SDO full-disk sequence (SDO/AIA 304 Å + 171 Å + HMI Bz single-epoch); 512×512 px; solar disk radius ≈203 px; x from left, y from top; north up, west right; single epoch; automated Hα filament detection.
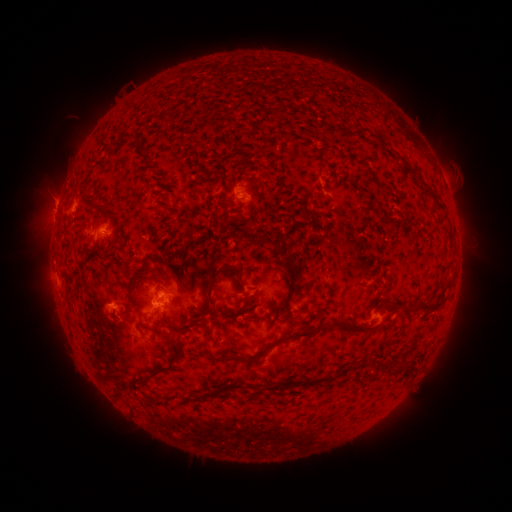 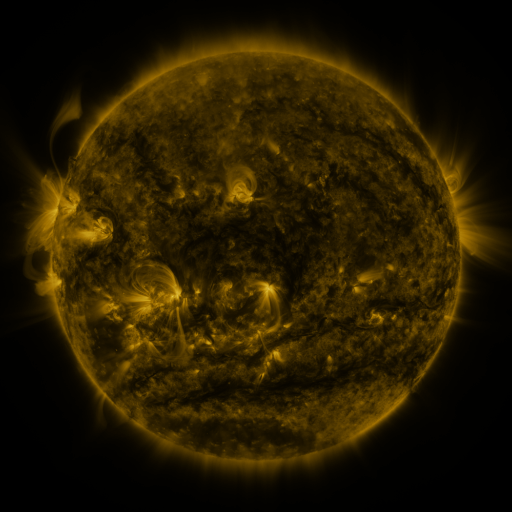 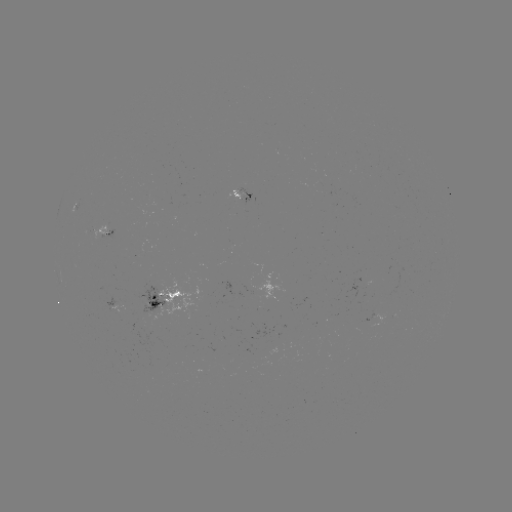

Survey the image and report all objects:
filament: (230, 93)
filament: (165, 117)
filament: (131, 137)
filament: (413, 170)
filament: (438, 201)
filament: (92, 205)
filament: (385, 216)
filament: (191, 218)
filament: (80, 231)
filament: (288, 258)
filament: (214, 279)
filament: (137, 288)
filament: (424, 304)
filament: (286, 311)
filament: (355, 327)
filament: (289, 337)
filament: (172, 340)
filament: (229, 357)
filament: (404, 365)
filament: (159, 371)
